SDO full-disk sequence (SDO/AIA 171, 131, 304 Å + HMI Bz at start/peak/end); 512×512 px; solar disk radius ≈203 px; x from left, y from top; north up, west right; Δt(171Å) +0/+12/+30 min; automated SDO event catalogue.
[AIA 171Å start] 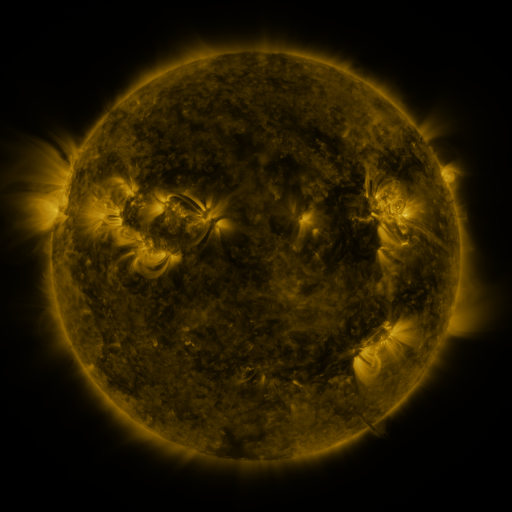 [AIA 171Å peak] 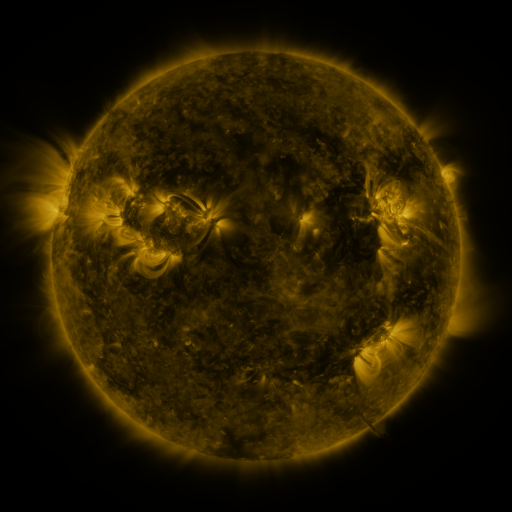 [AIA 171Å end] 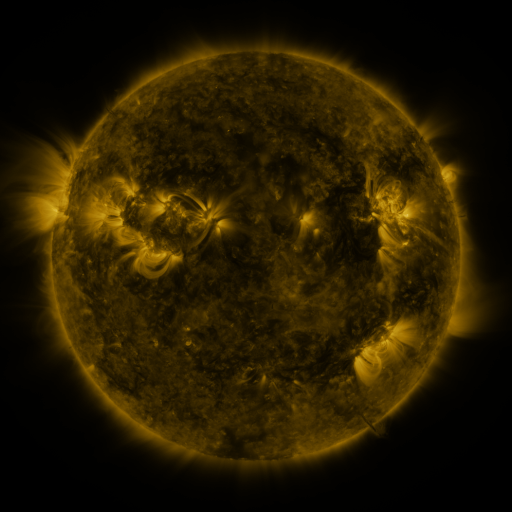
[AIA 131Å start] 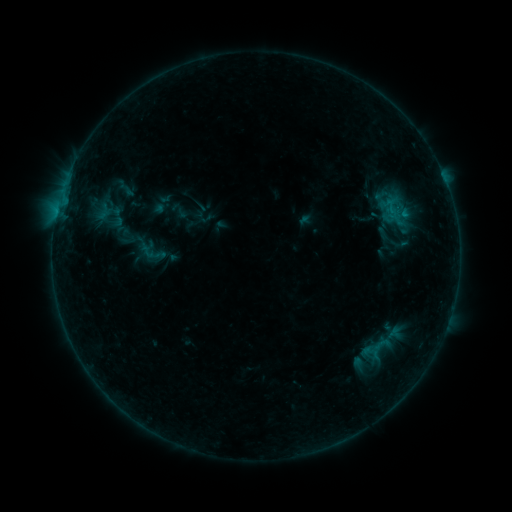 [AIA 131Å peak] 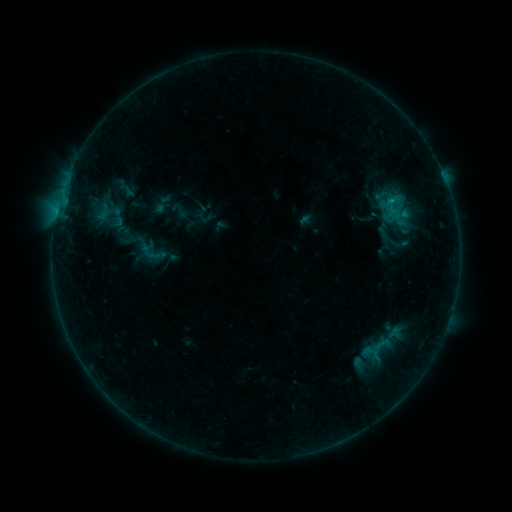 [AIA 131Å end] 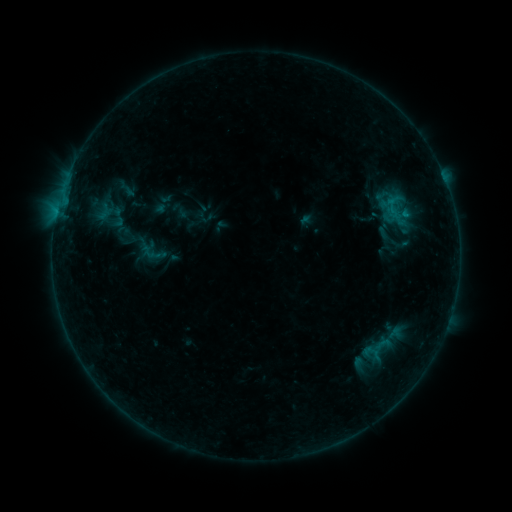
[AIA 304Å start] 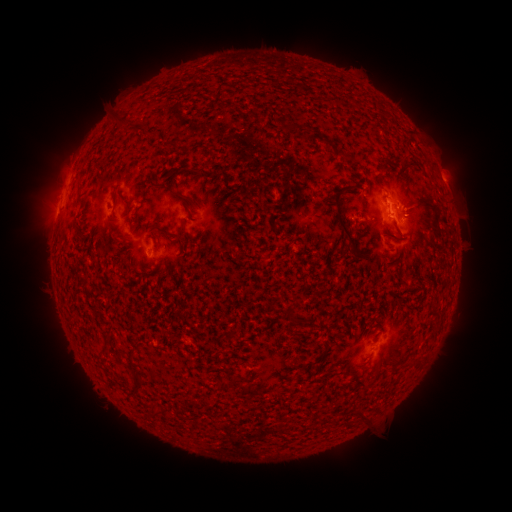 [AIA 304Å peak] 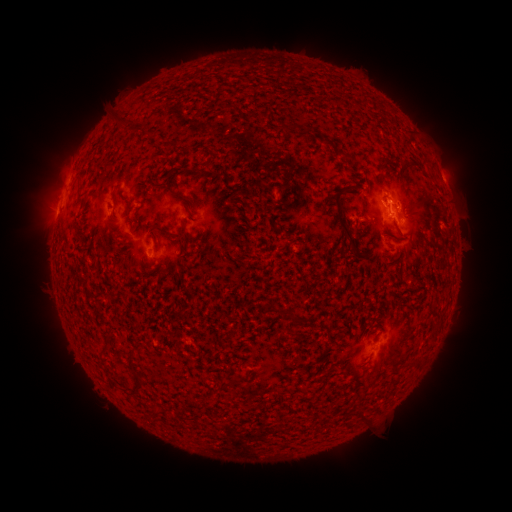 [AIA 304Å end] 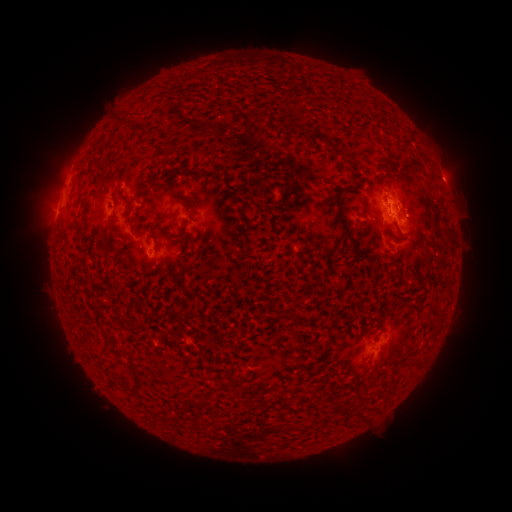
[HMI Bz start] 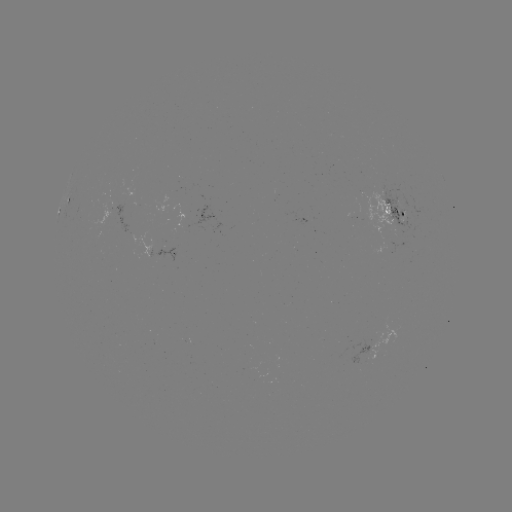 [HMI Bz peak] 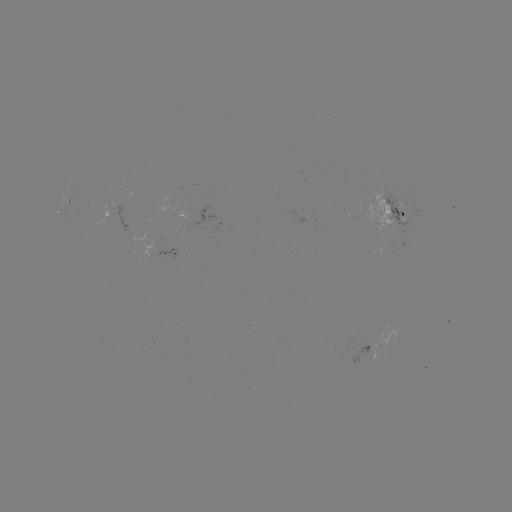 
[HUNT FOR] B5.4 flare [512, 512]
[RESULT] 391,203